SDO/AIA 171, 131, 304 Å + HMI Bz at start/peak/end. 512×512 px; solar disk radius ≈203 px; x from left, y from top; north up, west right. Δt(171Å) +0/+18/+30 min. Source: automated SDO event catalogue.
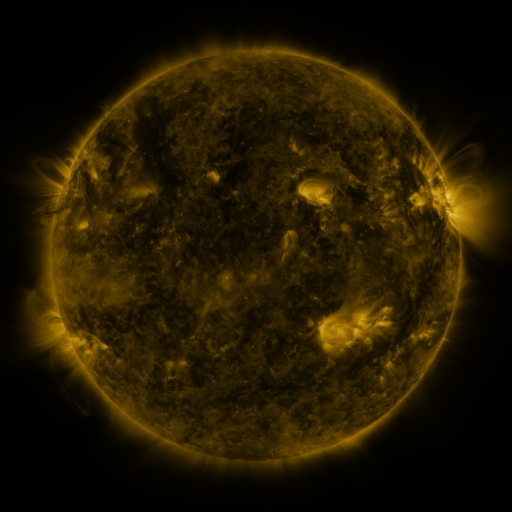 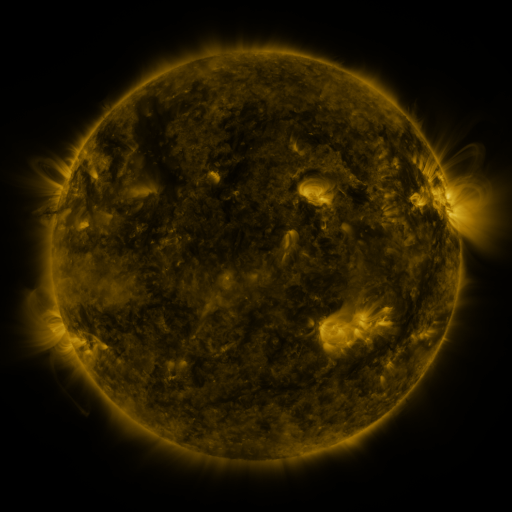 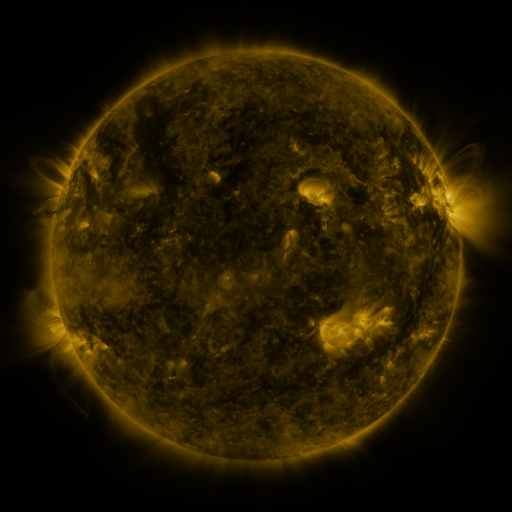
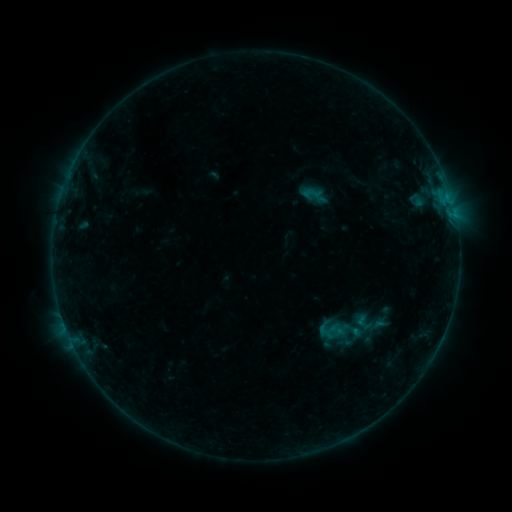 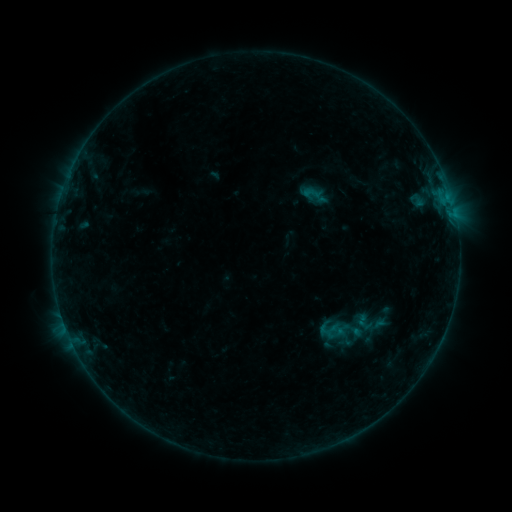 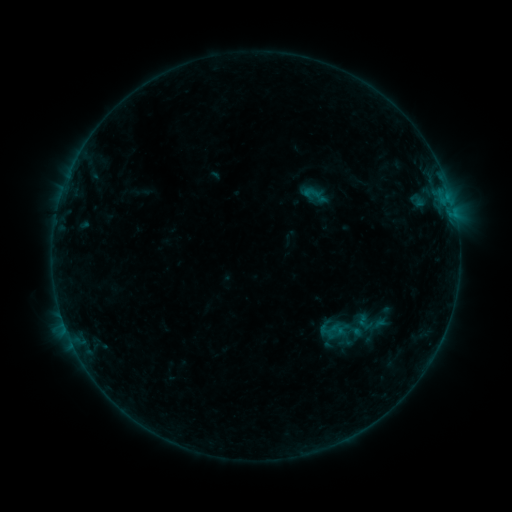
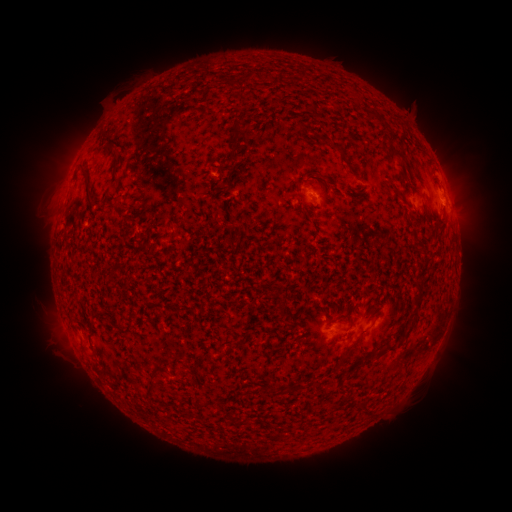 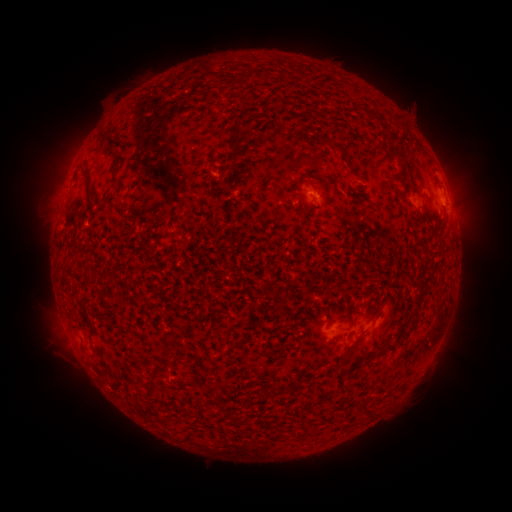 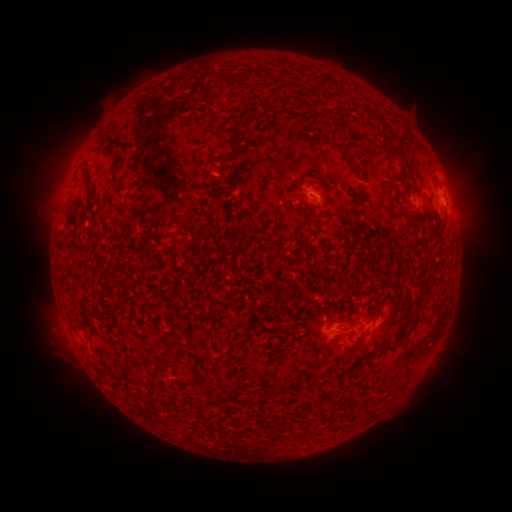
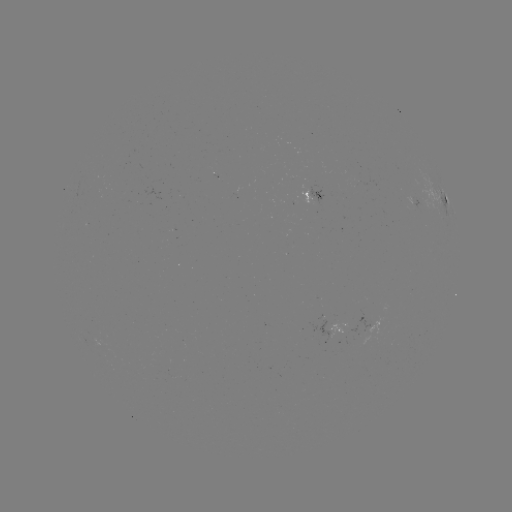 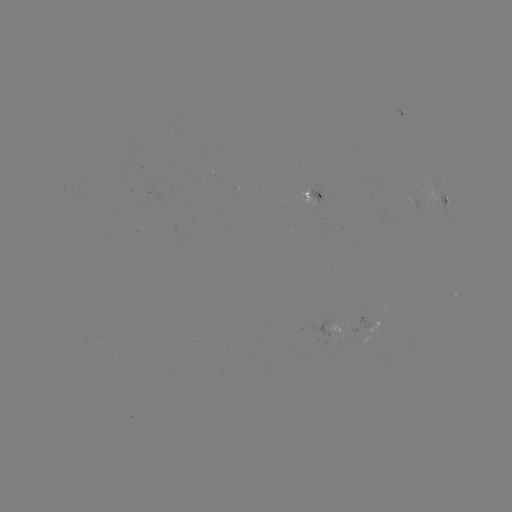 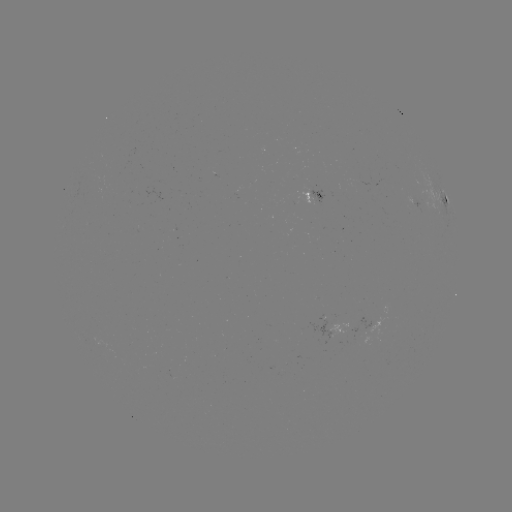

no catalogued flare and no flagged EUV brightening in this window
